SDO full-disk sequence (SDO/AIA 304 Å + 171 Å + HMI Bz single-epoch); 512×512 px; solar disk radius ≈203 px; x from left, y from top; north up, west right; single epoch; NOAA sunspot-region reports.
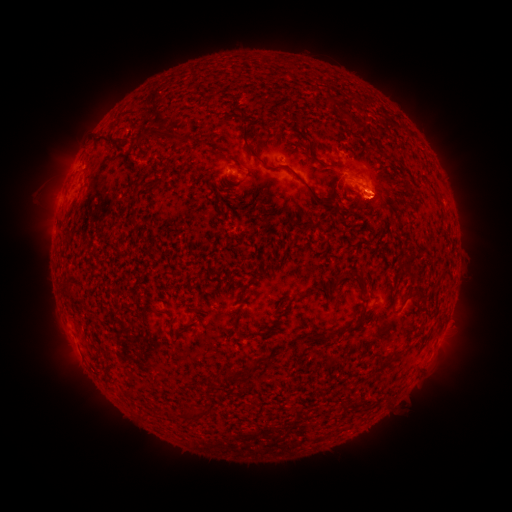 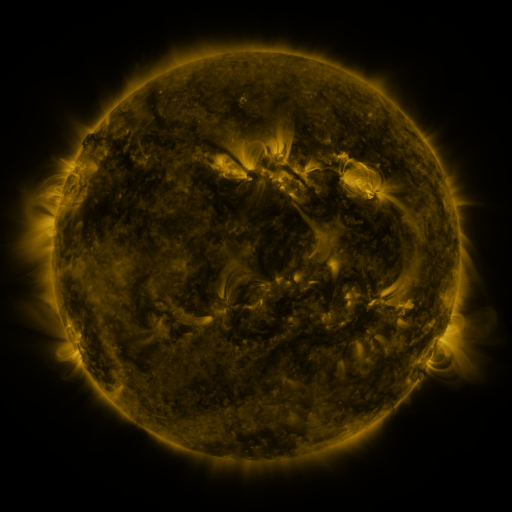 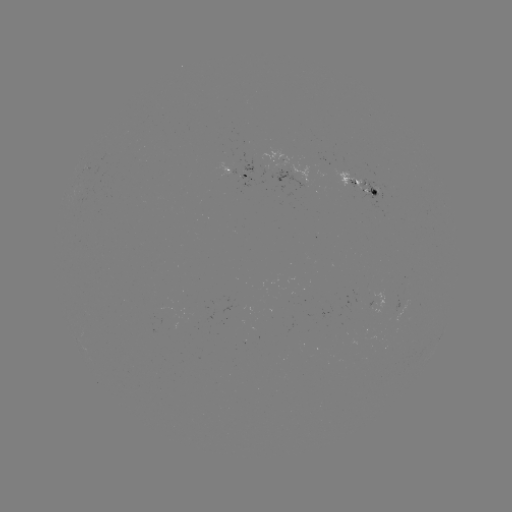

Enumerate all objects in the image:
spotted active region: (239, 172)
spotted active region: (357, 185)
